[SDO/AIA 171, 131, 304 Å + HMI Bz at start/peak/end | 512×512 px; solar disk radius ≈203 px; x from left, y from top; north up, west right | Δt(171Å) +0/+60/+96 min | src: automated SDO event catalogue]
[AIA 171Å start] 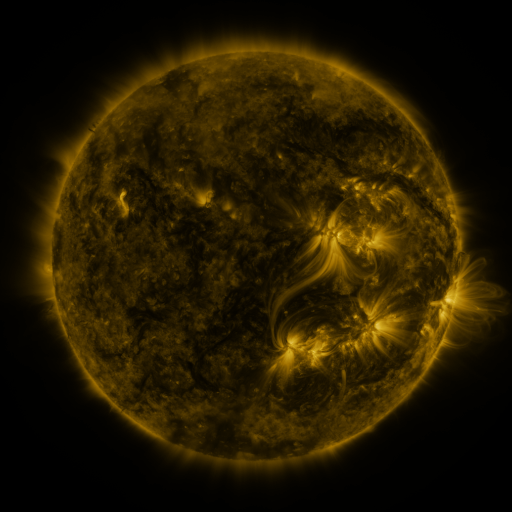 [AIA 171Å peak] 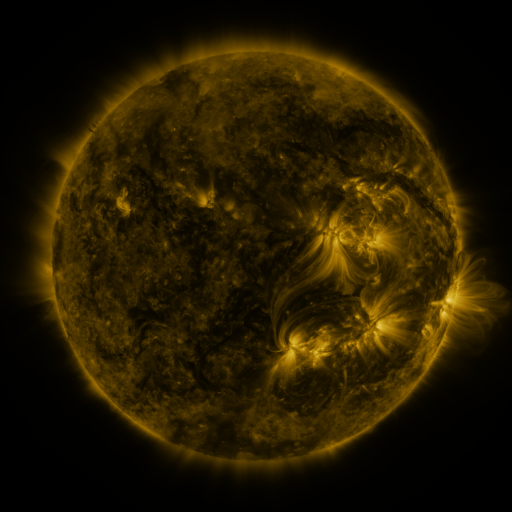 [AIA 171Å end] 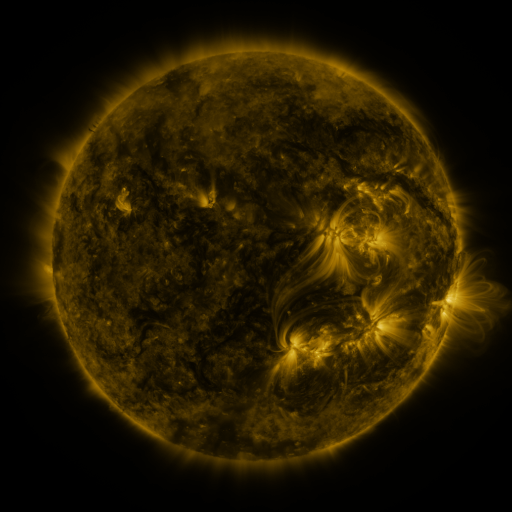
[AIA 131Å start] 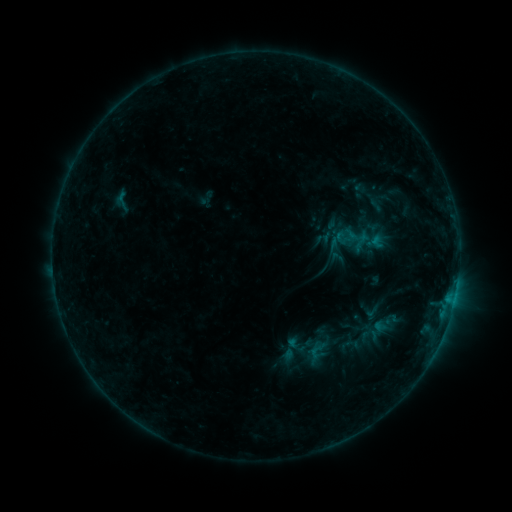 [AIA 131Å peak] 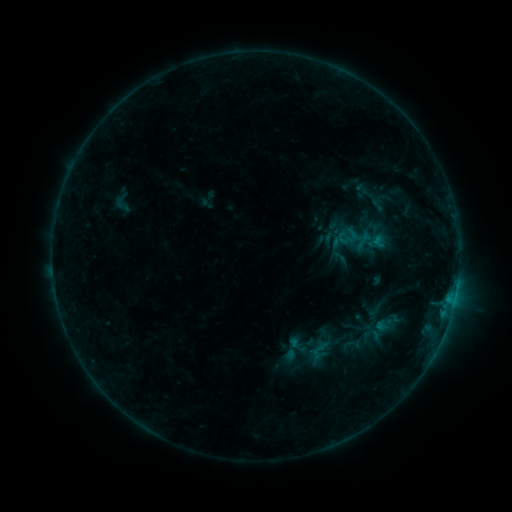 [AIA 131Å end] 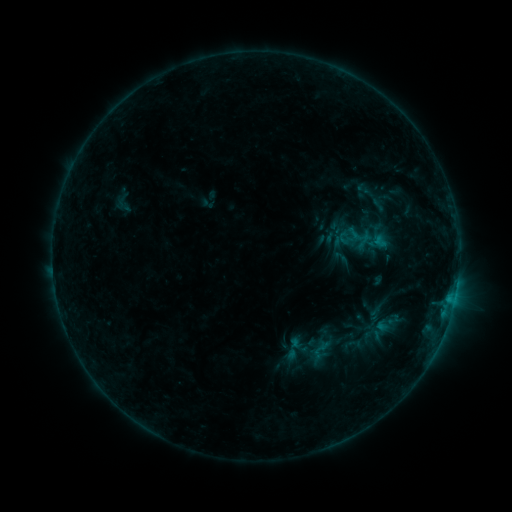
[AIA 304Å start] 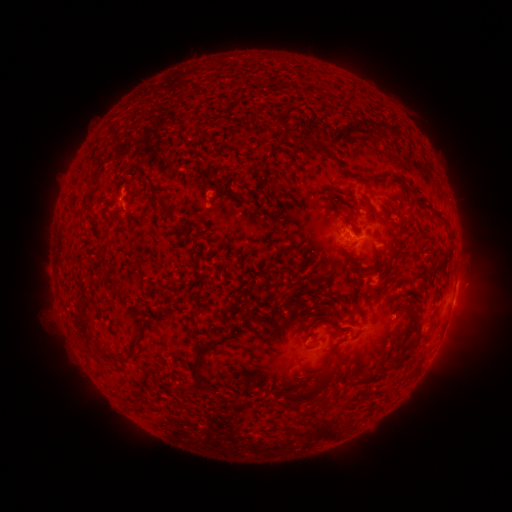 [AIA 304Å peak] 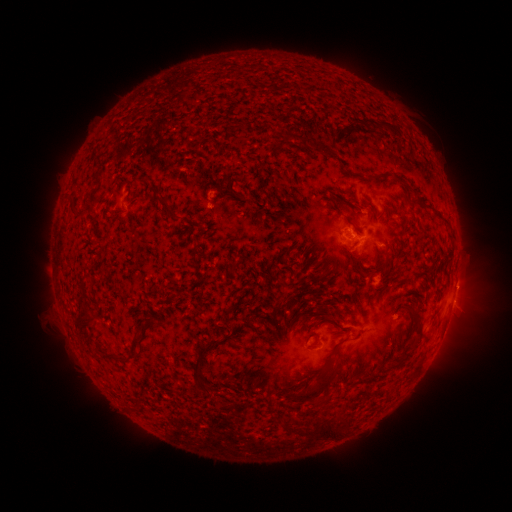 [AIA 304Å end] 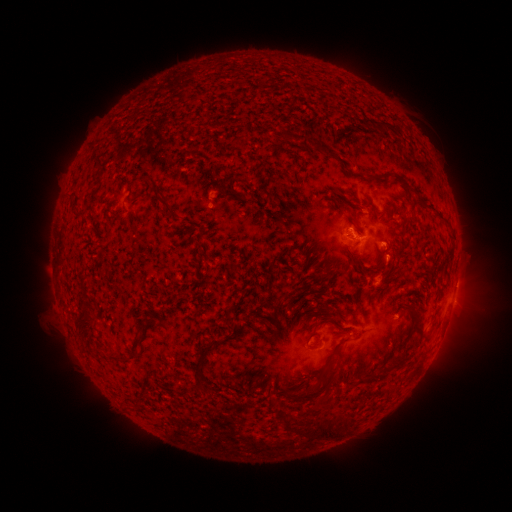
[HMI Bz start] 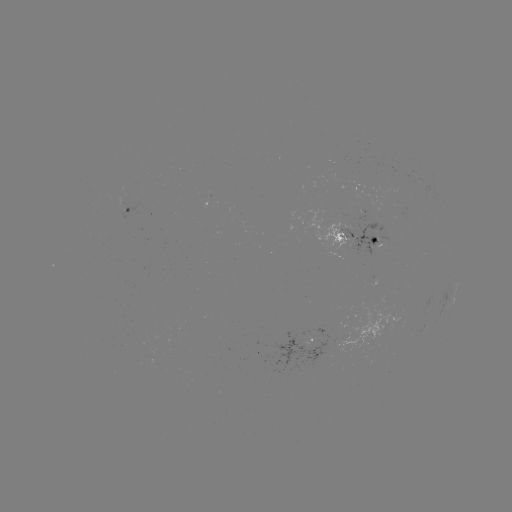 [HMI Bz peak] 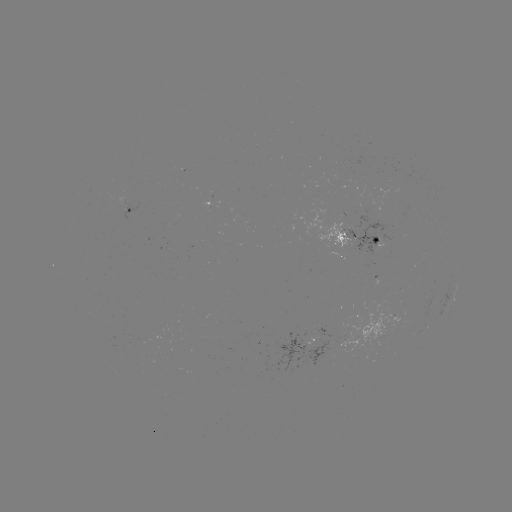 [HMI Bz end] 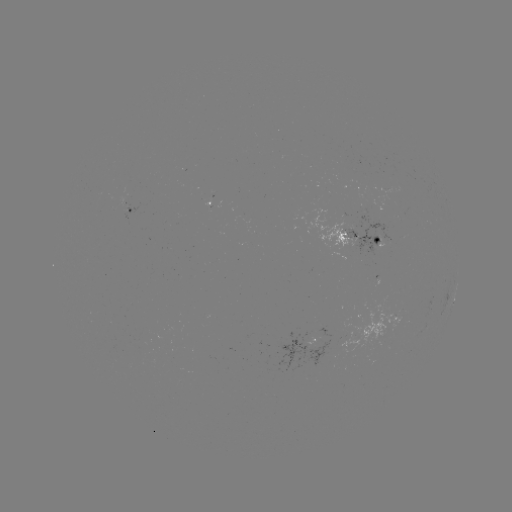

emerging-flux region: [349, 216, 394, 255]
